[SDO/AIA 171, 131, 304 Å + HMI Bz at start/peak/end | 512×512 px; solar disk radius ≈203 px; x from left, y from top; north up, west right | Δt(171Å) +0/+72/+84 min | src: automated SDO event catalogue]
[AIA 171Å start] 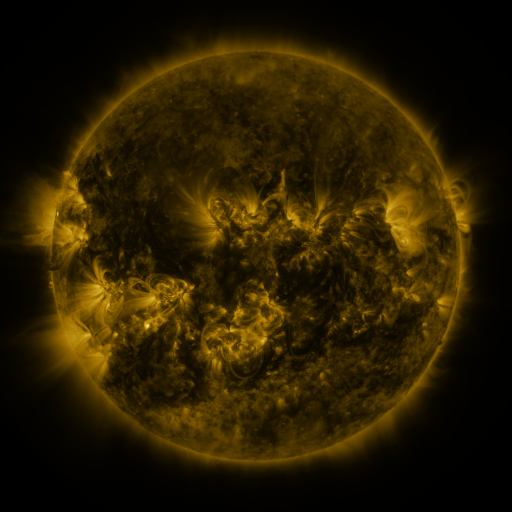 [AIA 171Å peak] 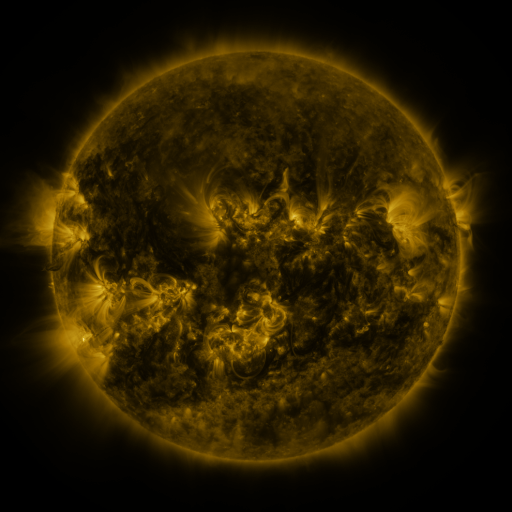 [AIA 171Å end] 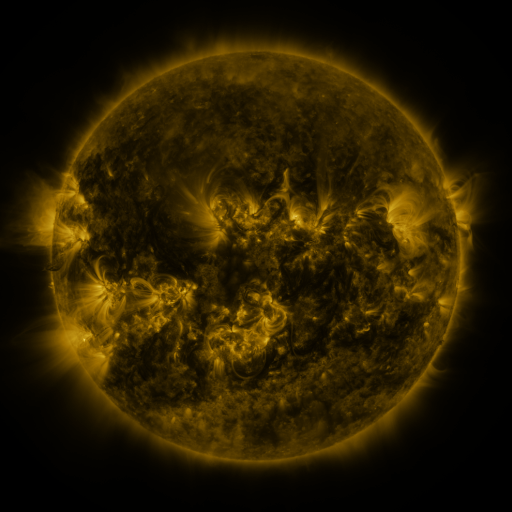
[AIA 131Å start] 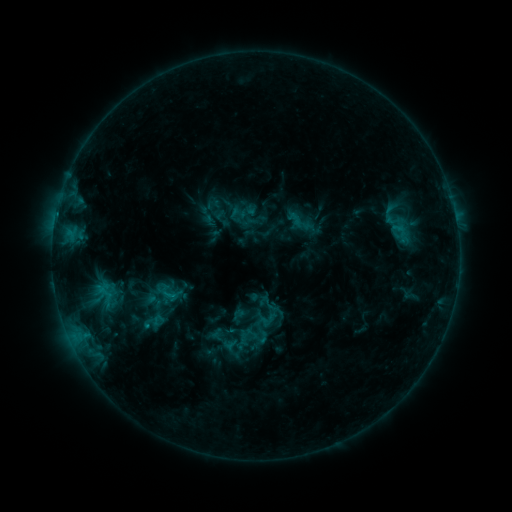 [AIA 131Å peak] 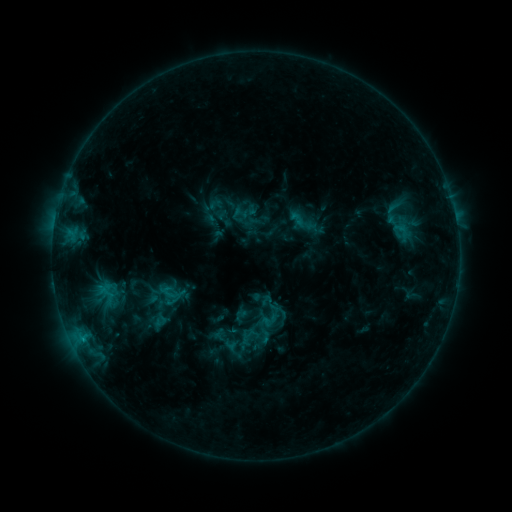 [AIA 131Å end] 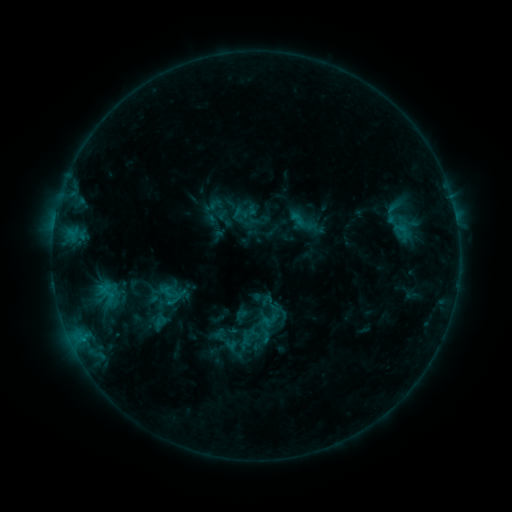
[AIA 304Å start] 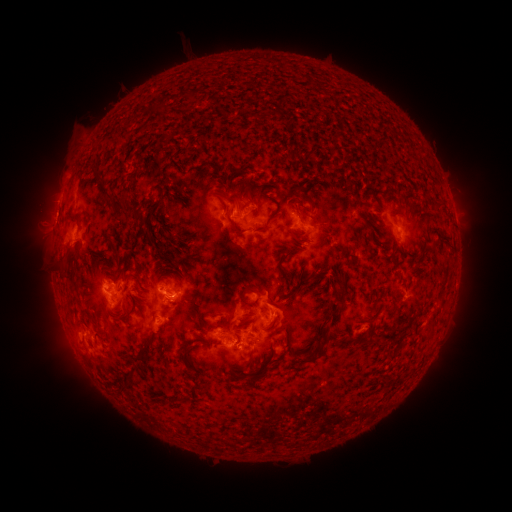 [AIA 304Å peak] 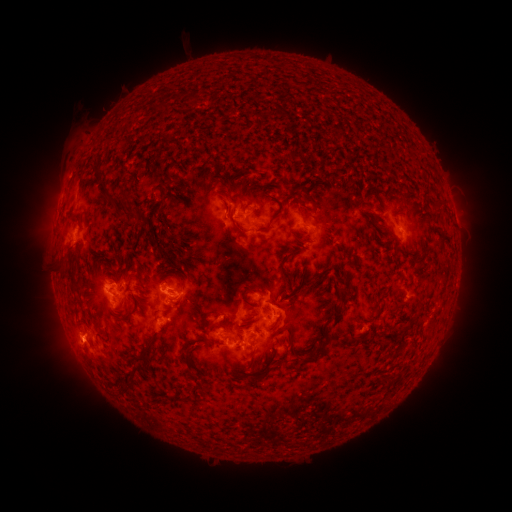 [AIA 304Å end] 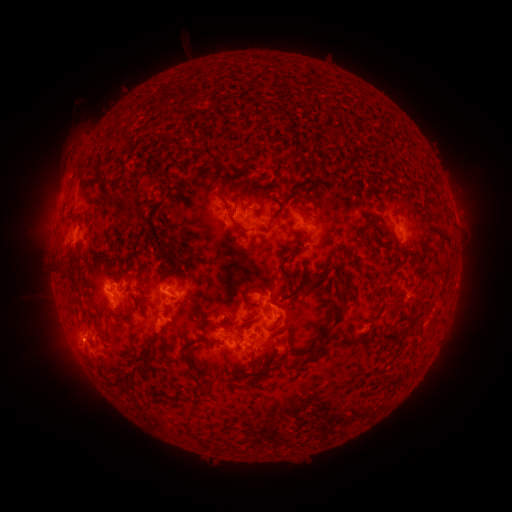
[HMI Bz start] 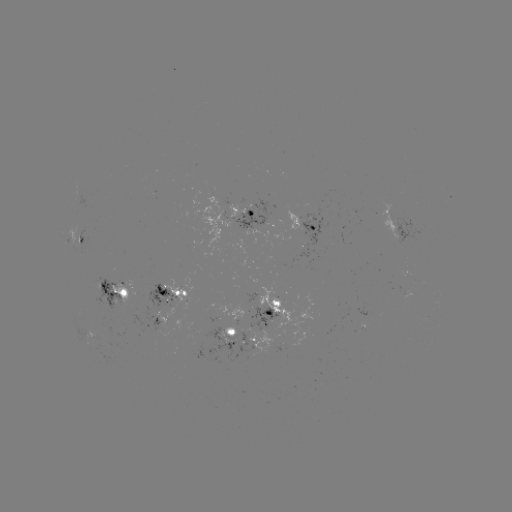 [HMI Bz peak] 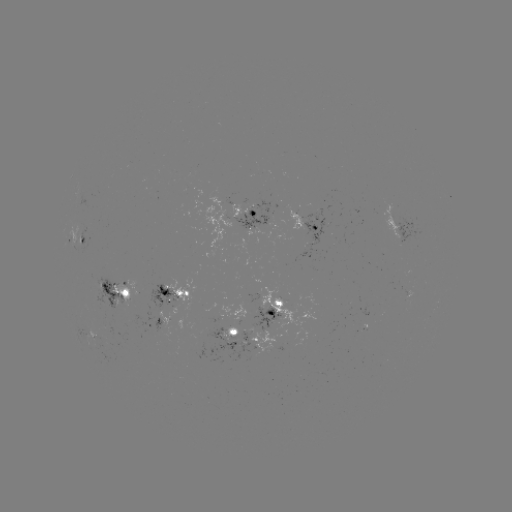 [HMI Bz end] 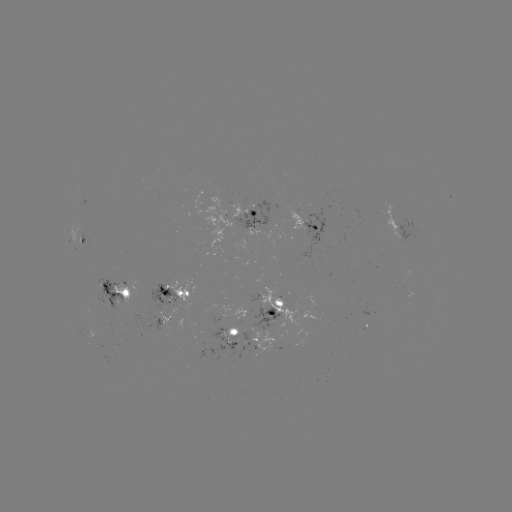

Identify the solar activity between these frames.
emerging-flux region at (216, 313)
